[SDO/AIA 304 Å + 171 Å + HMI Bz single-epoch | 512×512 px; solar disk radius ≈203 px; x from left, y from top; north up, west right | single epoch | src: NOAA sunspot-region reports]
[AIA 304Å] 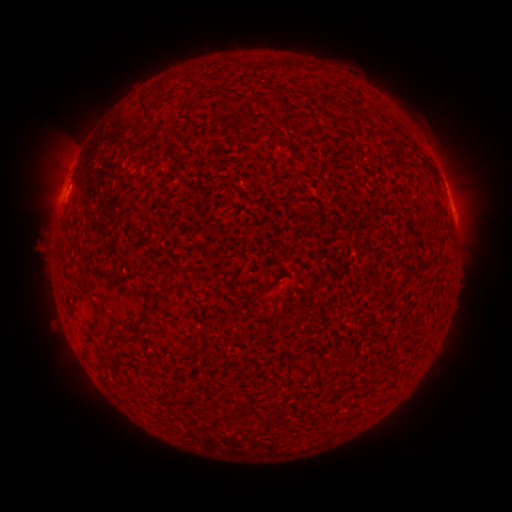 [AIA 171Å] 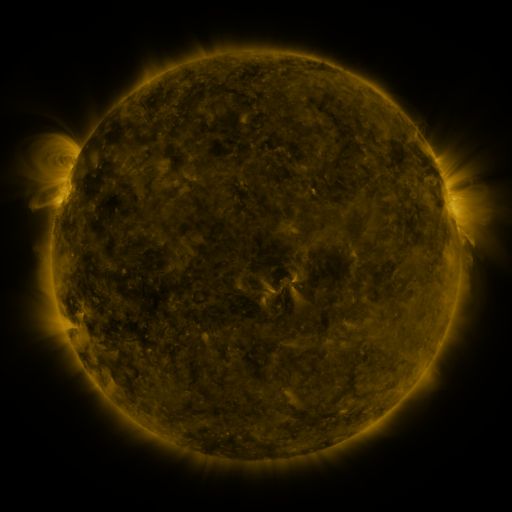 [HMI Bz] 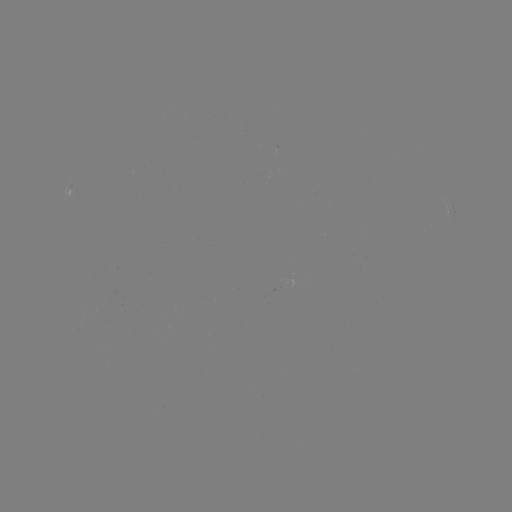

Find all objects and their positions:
spotted active region: (71, 186)
spotted active region: (455, 216)
